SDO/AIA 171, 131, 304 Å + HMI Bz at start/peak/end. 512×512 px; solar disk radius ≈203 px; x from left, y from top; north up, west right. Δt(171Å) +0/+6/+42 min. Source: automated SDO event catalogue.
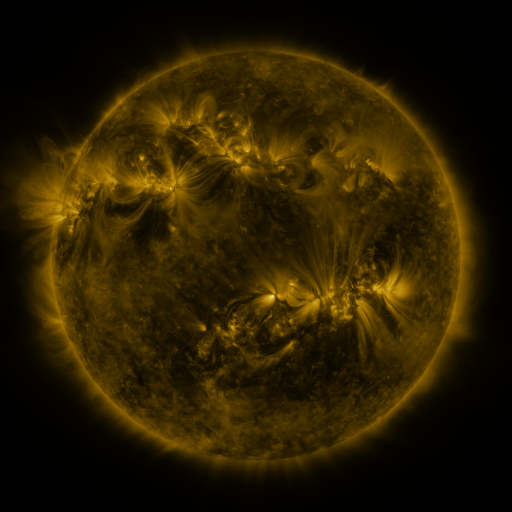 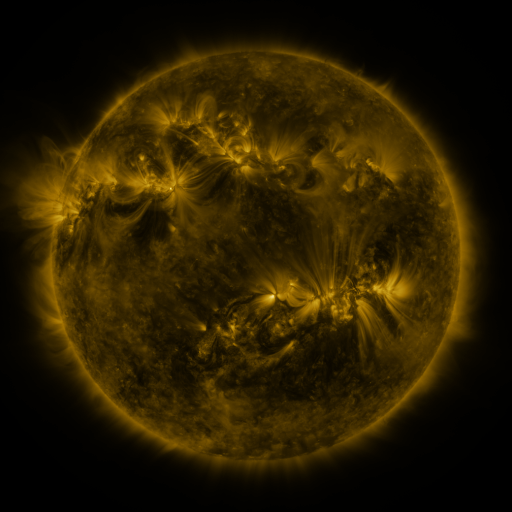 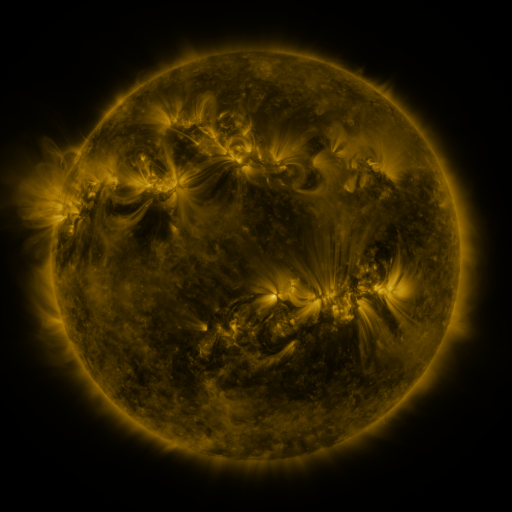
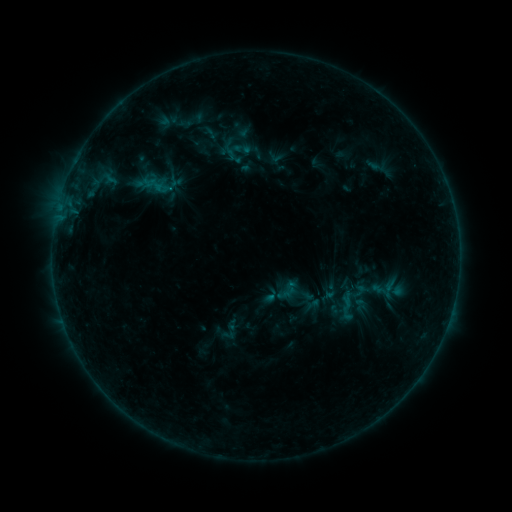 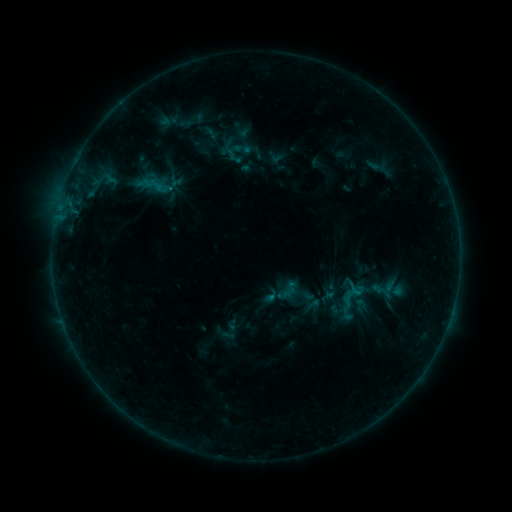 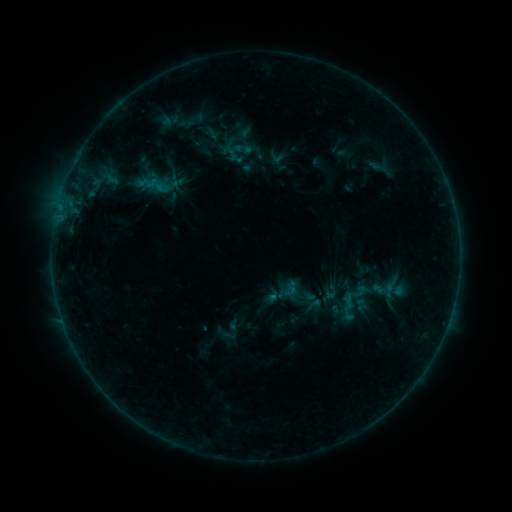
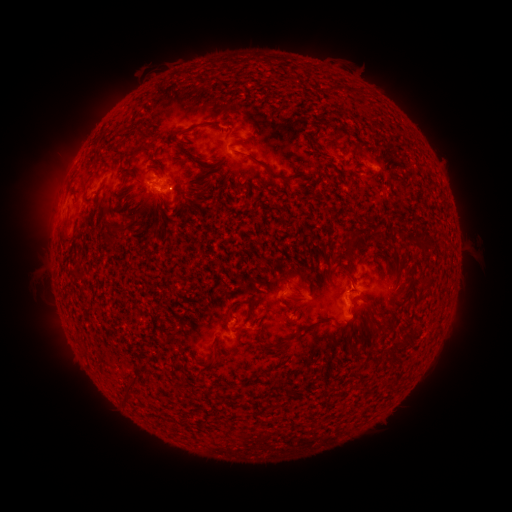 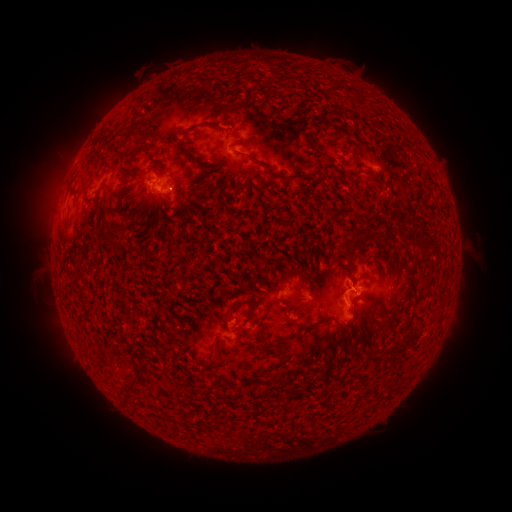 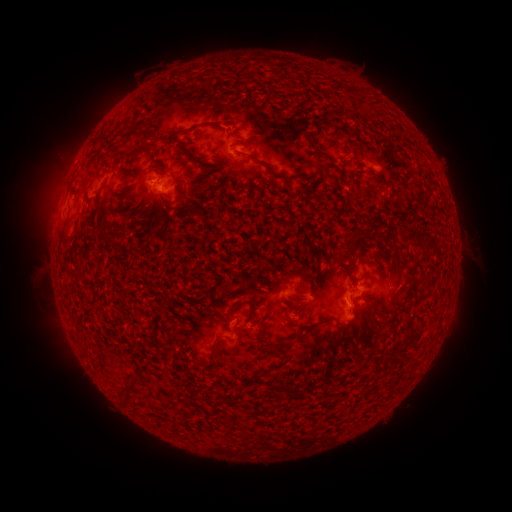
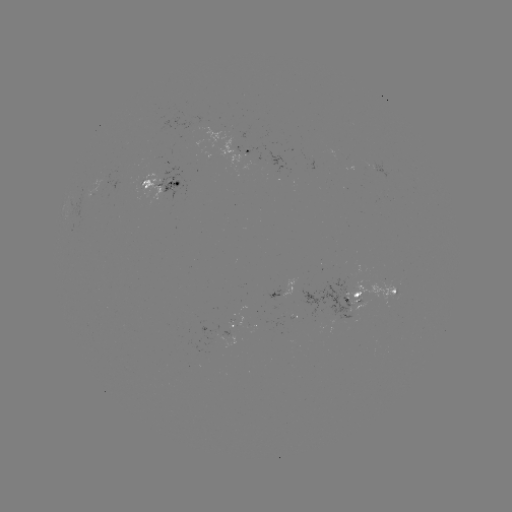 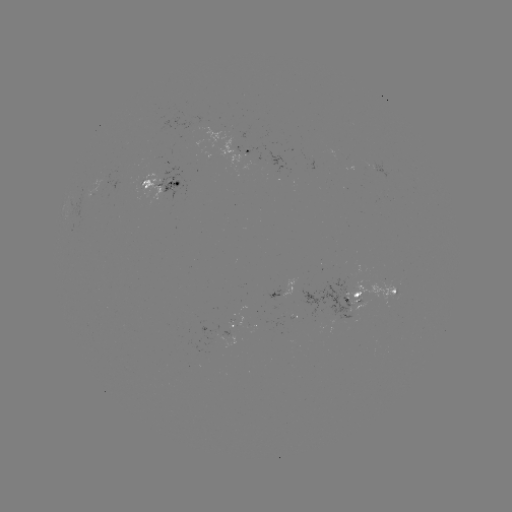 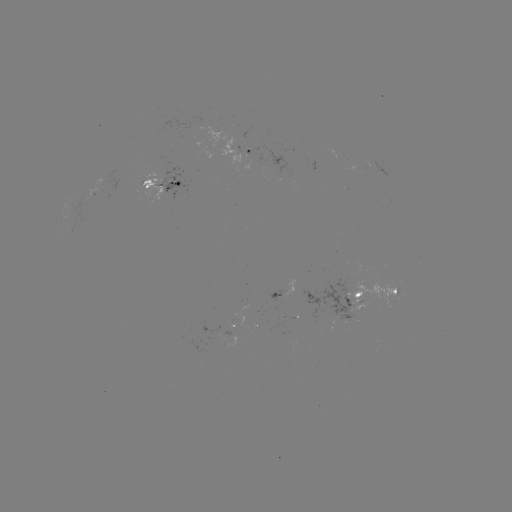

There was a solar emerging-flux region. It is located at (94, 191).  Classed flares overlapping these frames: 1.